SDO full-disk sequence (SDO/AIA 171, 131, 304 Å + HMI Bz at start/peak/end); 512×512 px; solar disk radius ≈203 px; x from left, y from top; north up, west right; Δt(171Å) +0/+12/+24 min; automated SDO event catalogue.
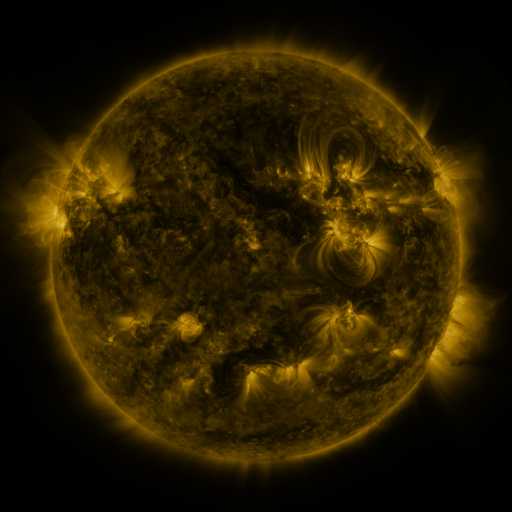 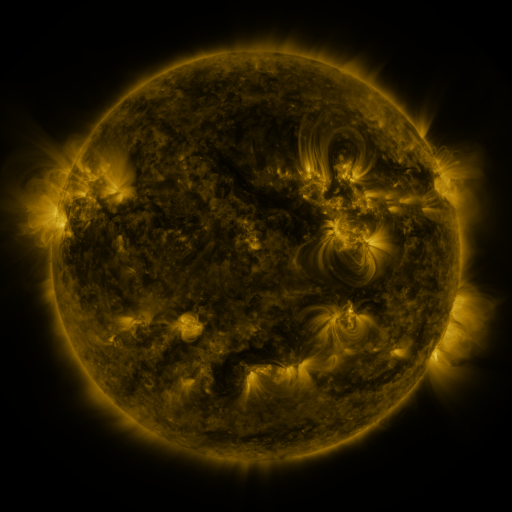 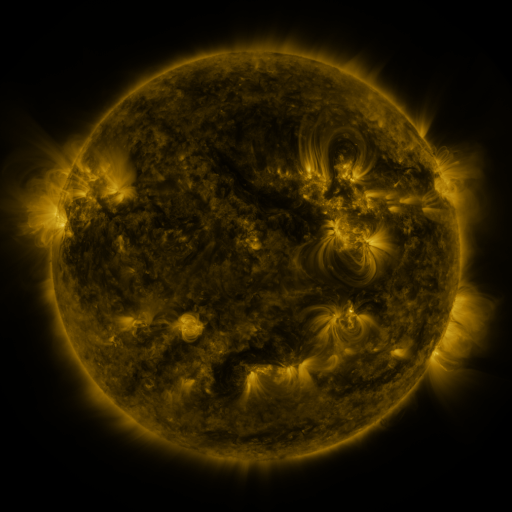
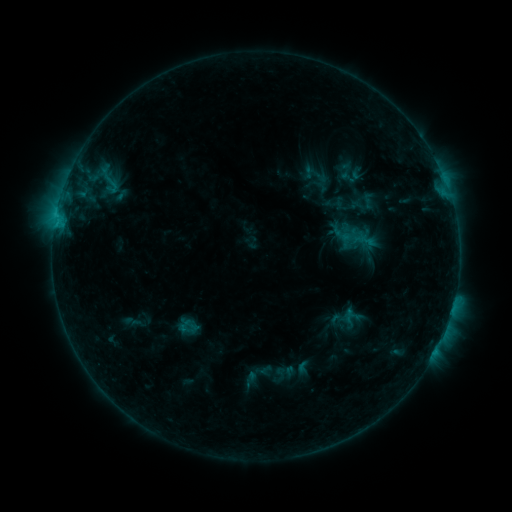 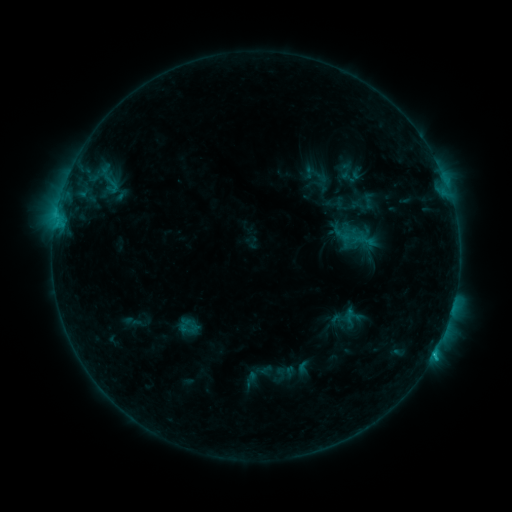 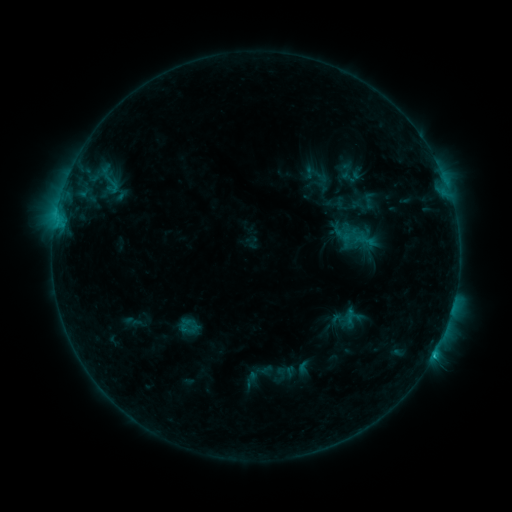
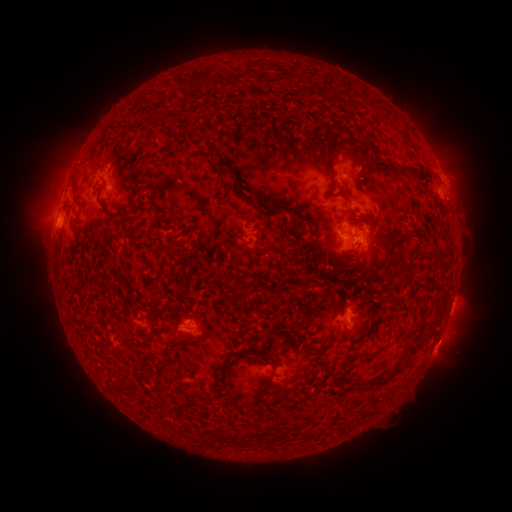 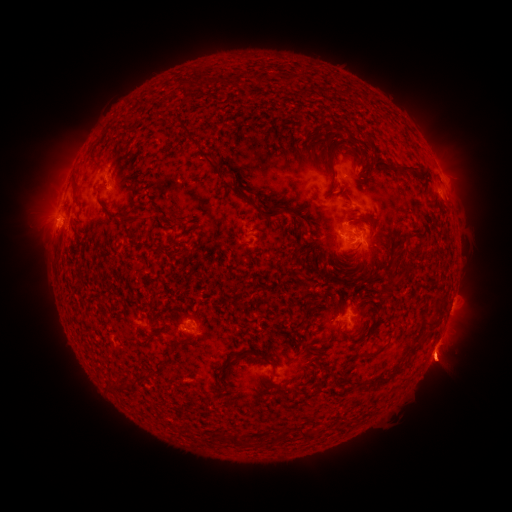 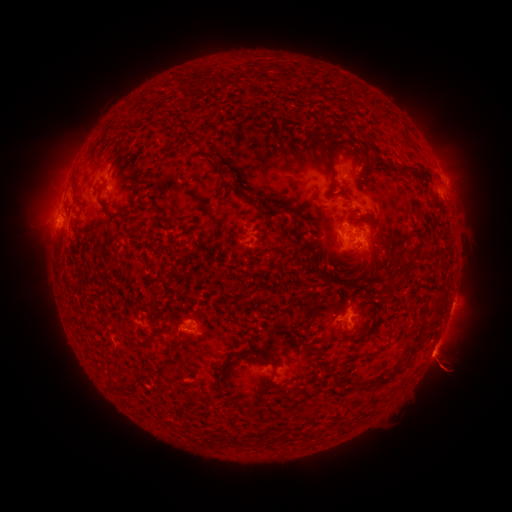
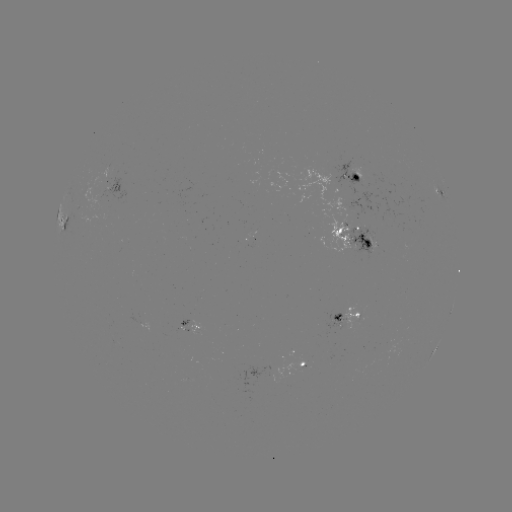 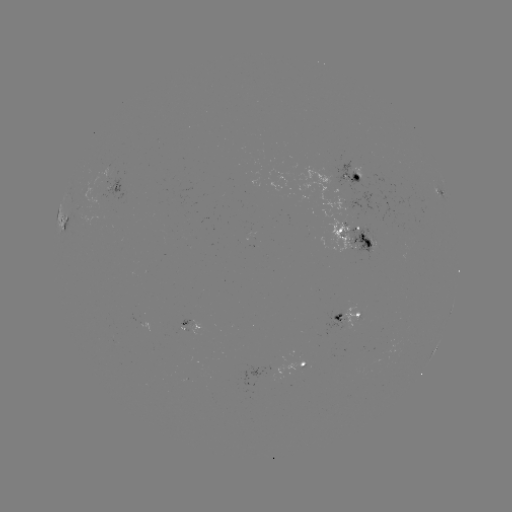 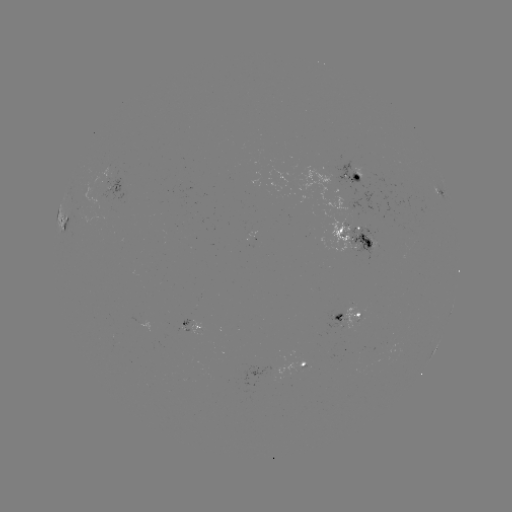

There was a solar eruption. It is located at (443, 365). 